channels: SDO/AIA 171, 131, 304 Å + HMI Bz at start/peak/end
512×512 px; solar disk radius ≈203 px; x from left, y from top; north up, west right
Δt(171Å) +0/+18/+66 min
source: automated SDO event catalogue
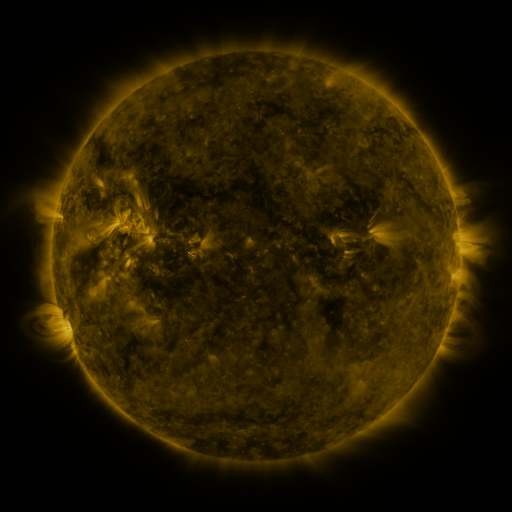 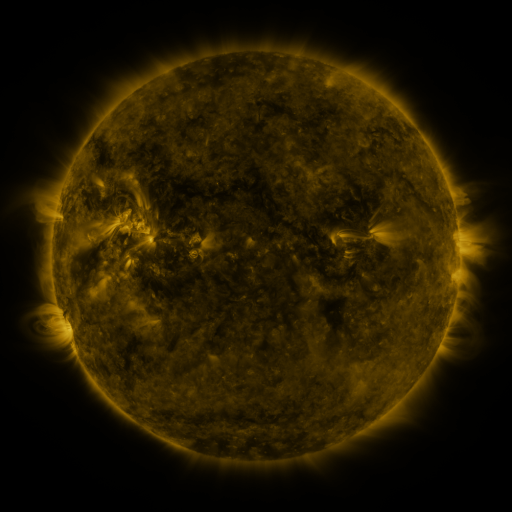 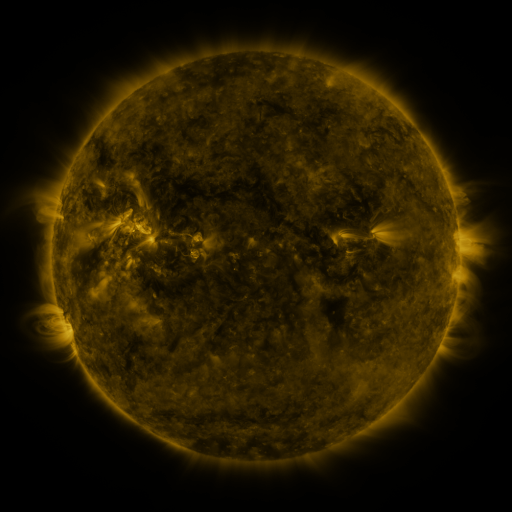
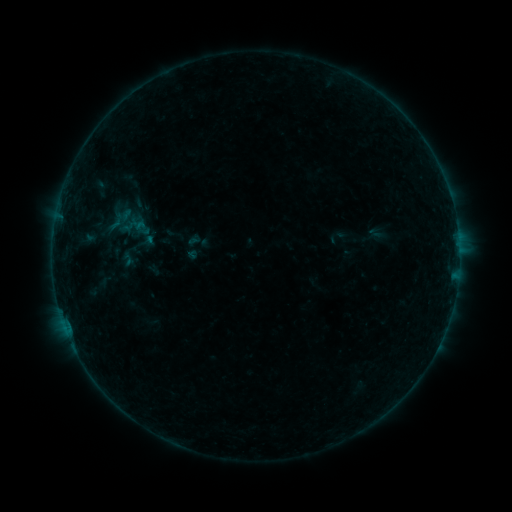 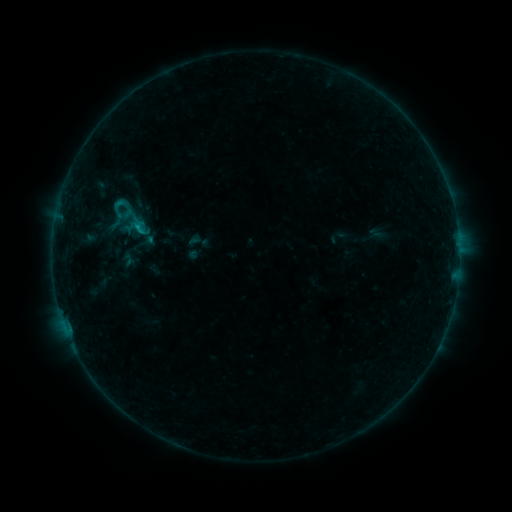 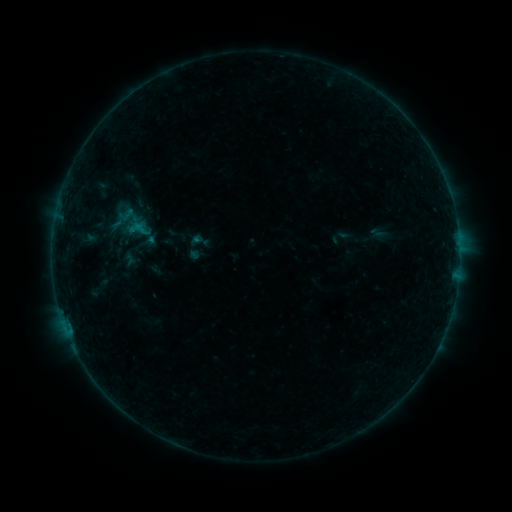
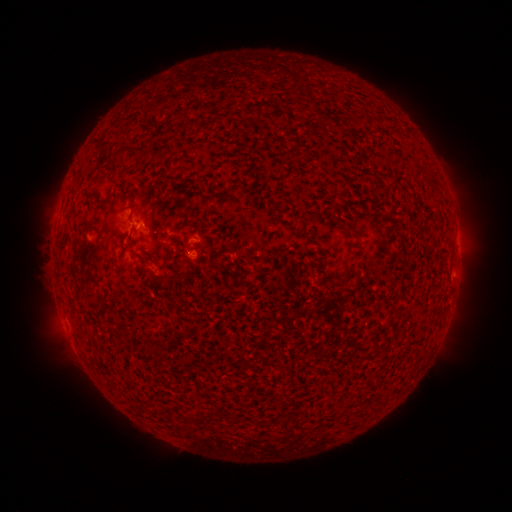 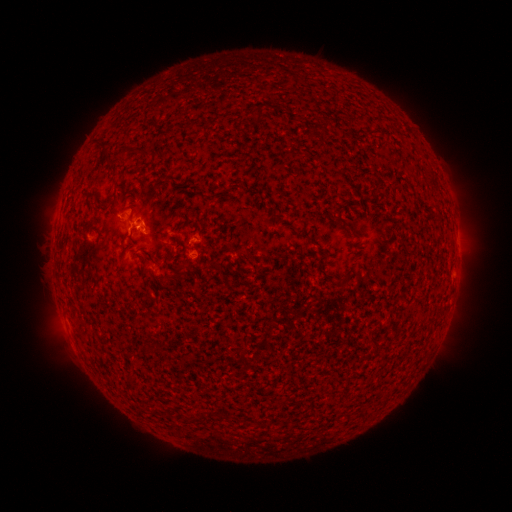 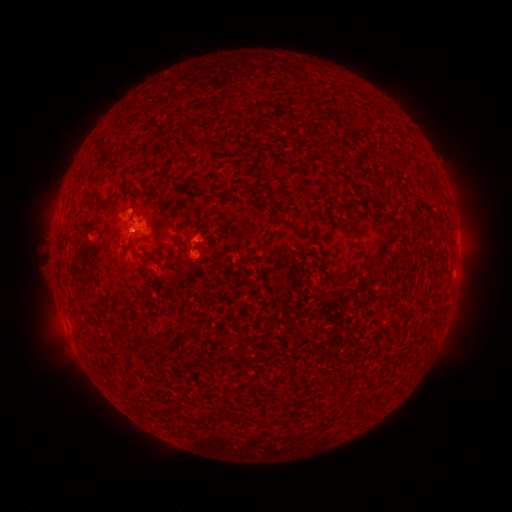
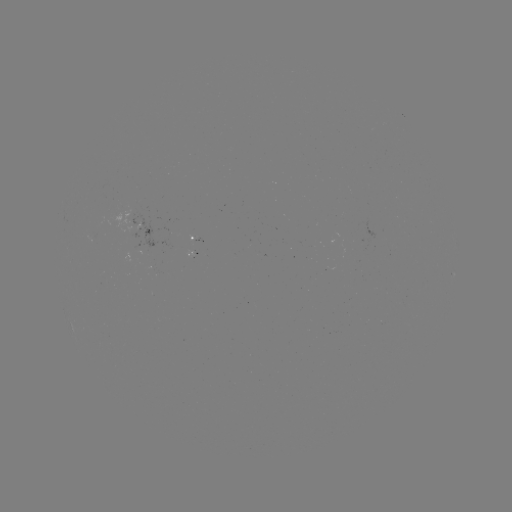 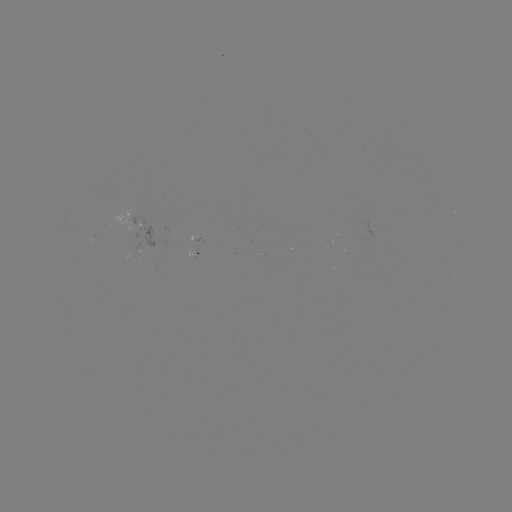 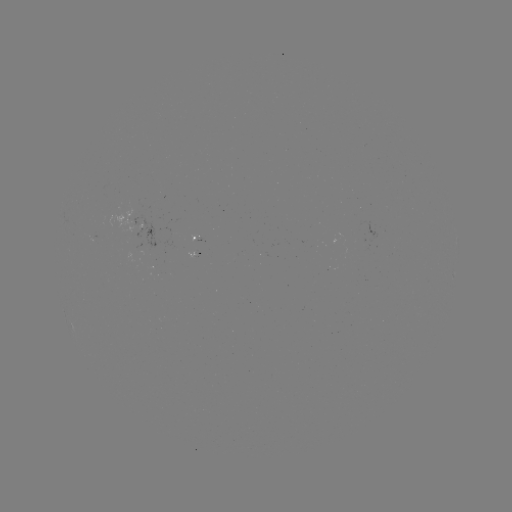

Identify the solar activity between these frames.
B6.8 flare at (139, 230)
